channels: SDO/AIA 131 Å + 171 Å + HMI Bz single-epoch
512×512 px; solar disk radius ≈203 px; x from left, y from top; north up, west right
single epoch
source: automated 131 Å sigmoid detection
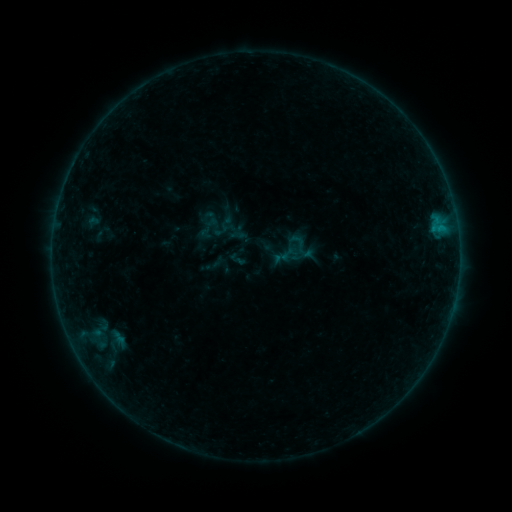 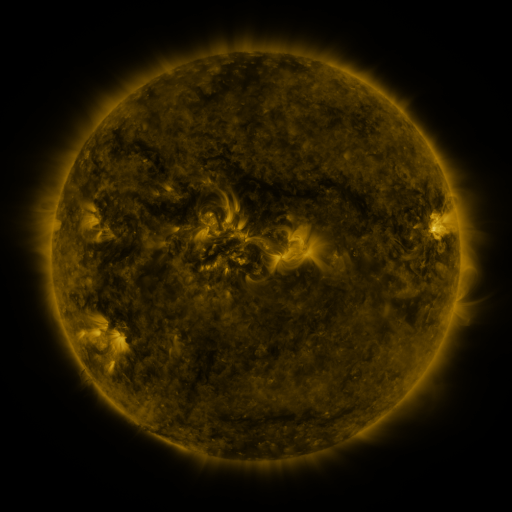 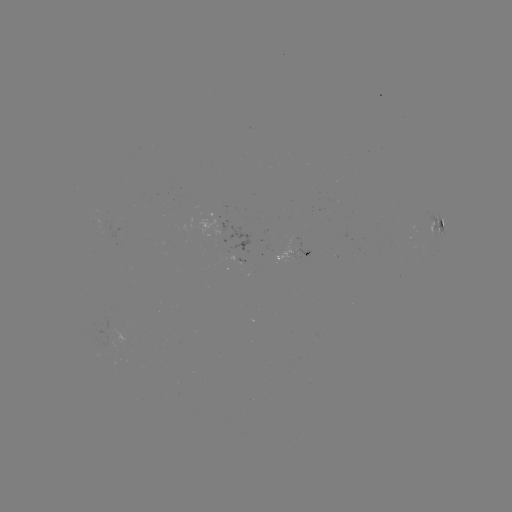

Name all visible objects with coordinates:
sigmoid: (302, 247)
